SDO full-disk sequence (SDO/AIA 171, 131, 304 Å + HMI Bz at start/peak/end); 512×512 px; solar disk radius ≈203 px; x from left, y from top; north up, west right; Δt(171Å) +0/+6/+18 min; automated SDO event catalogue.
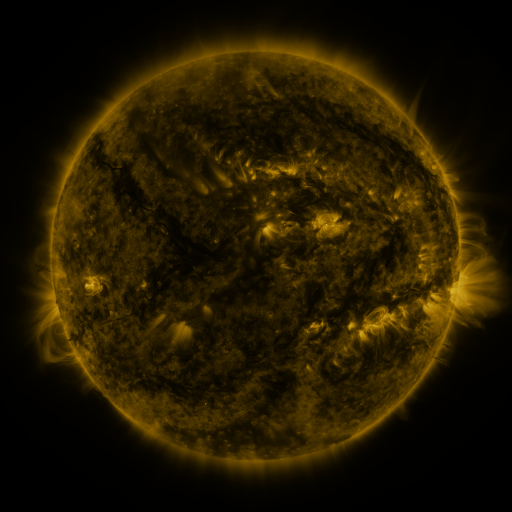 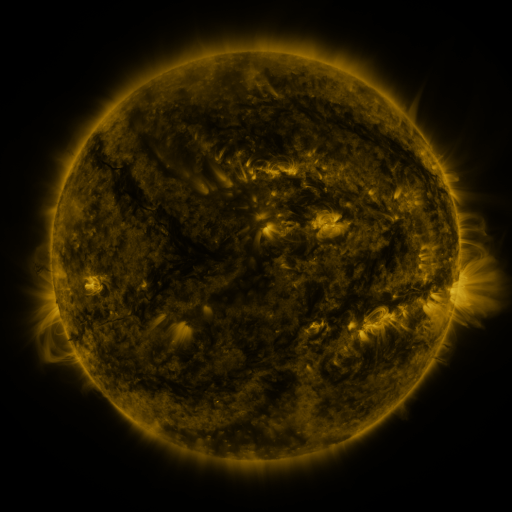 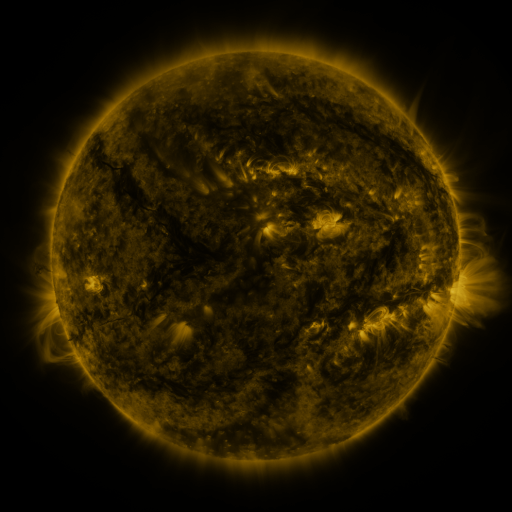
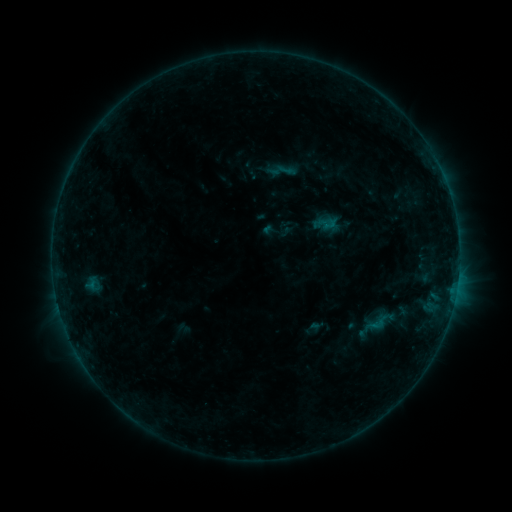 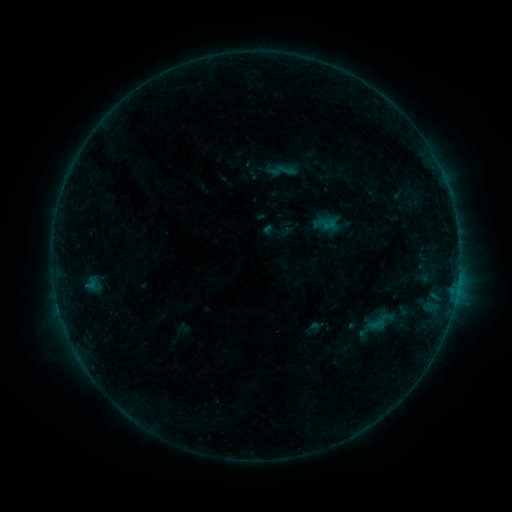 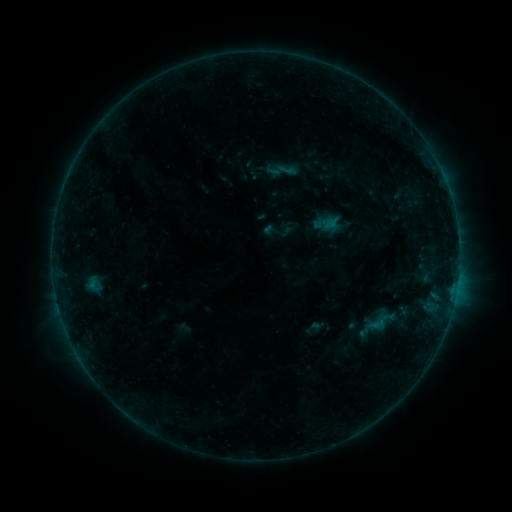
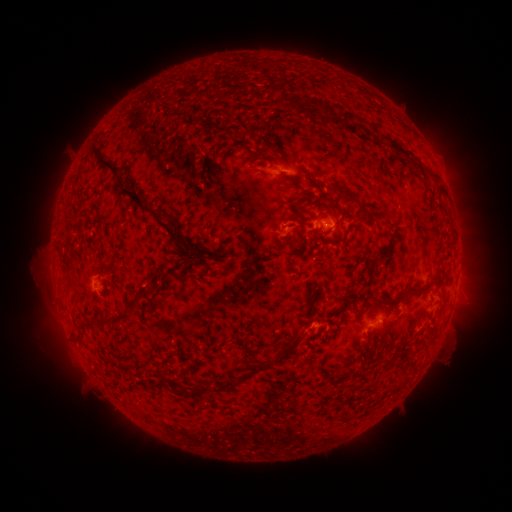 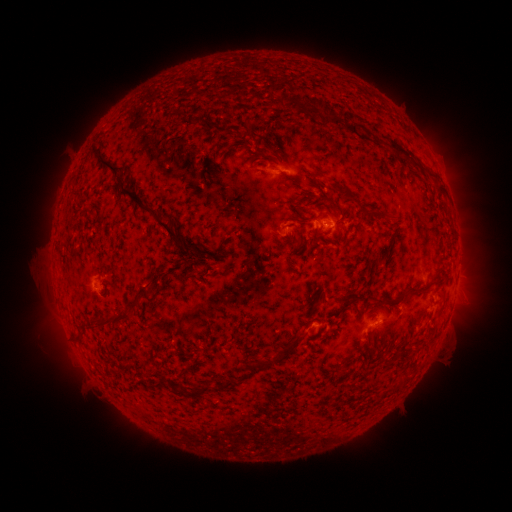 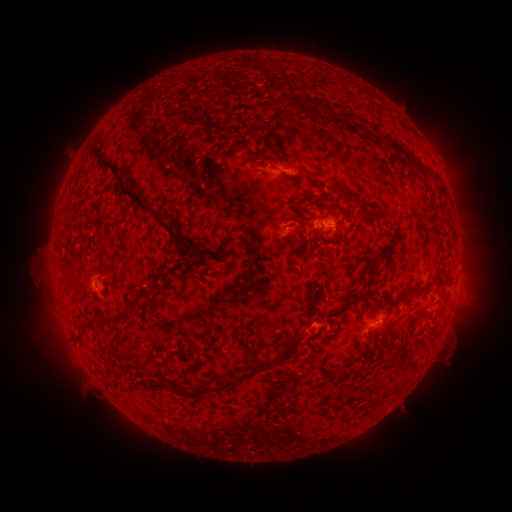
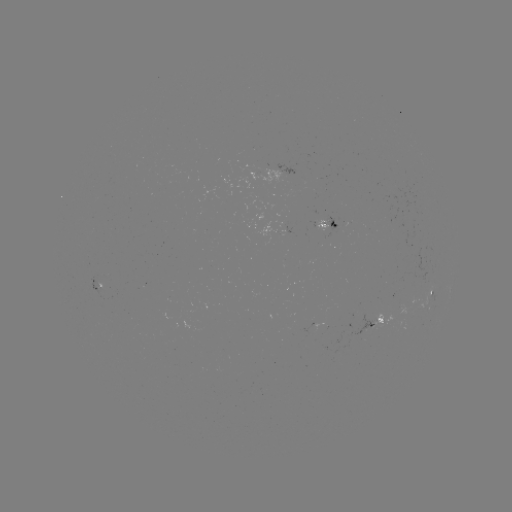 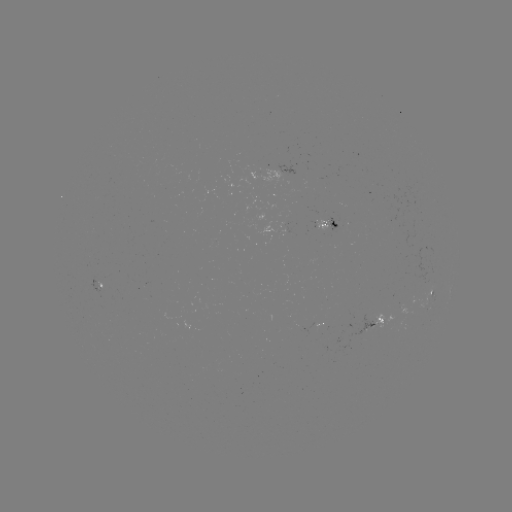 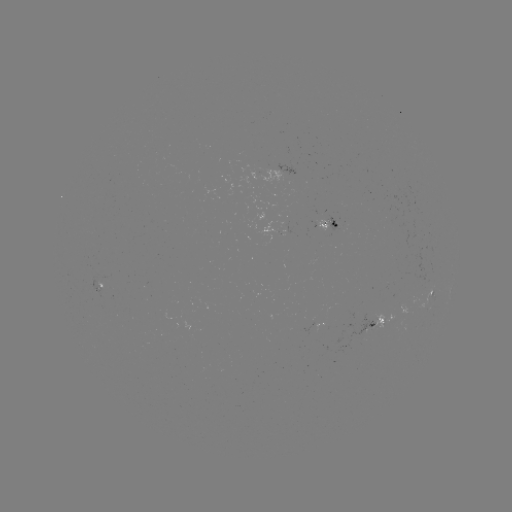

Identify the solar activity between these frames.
no flare in any classed list; no EUV-trigger detection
